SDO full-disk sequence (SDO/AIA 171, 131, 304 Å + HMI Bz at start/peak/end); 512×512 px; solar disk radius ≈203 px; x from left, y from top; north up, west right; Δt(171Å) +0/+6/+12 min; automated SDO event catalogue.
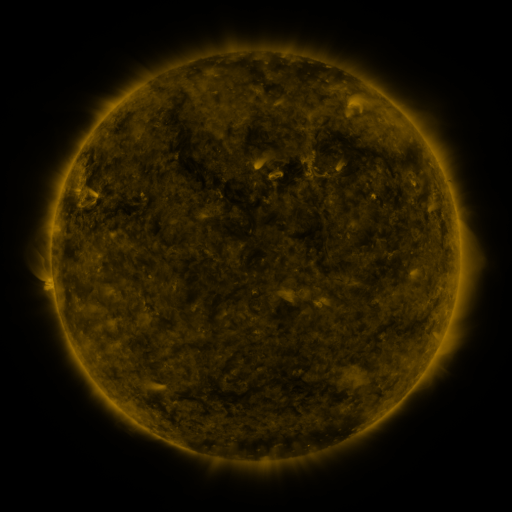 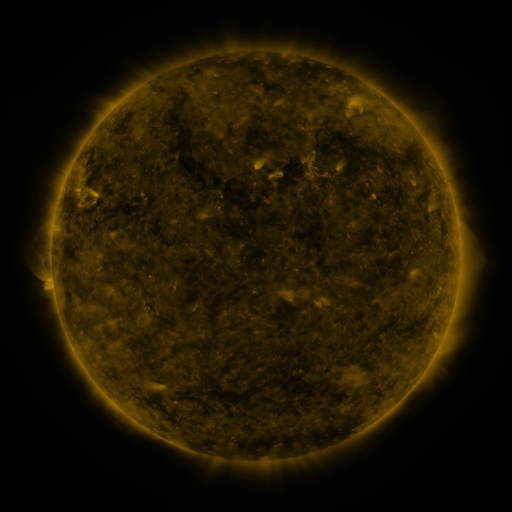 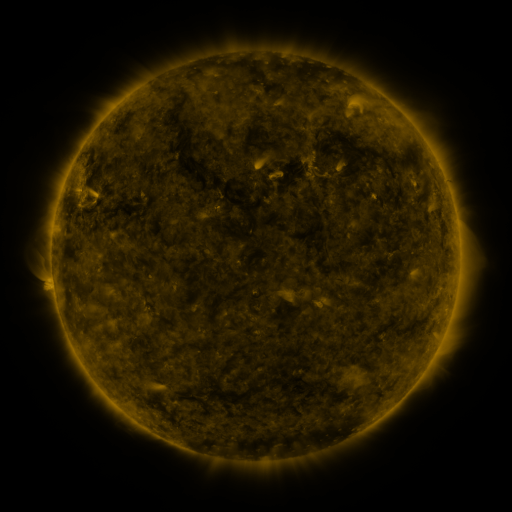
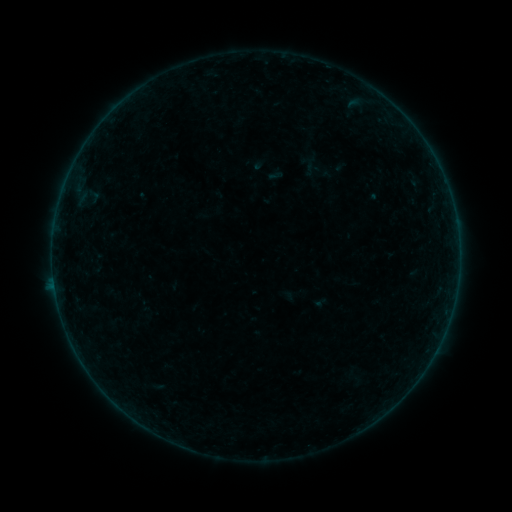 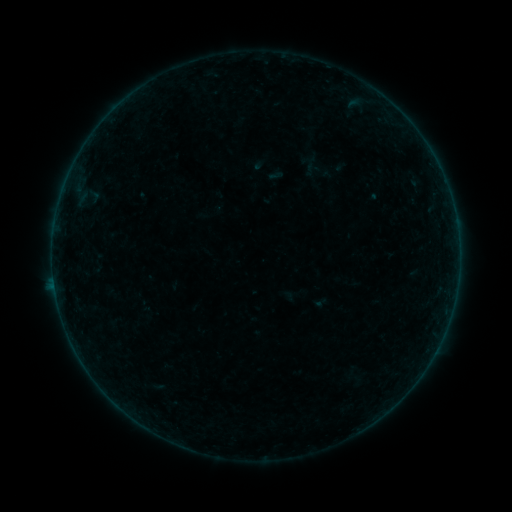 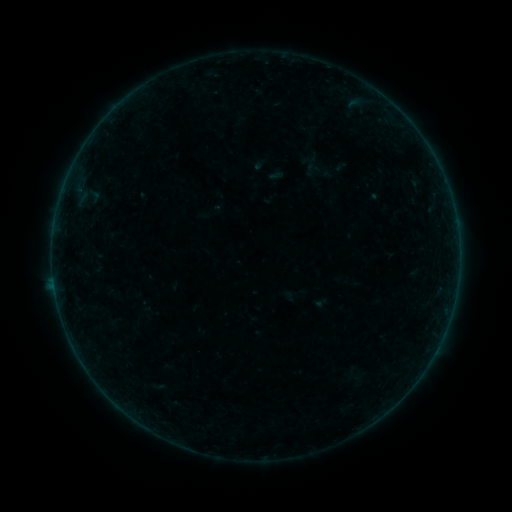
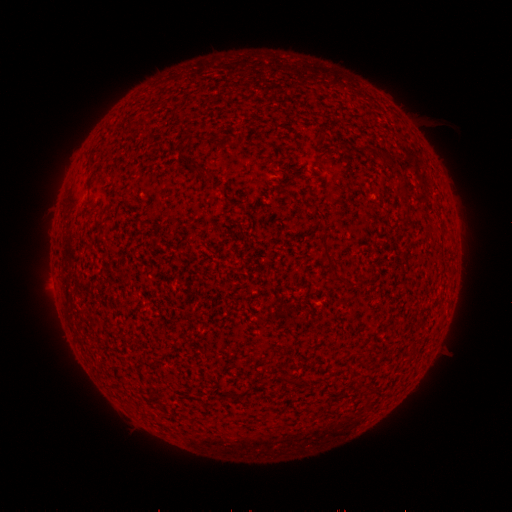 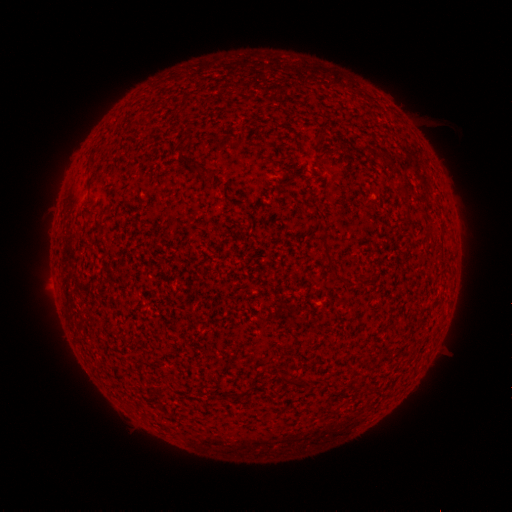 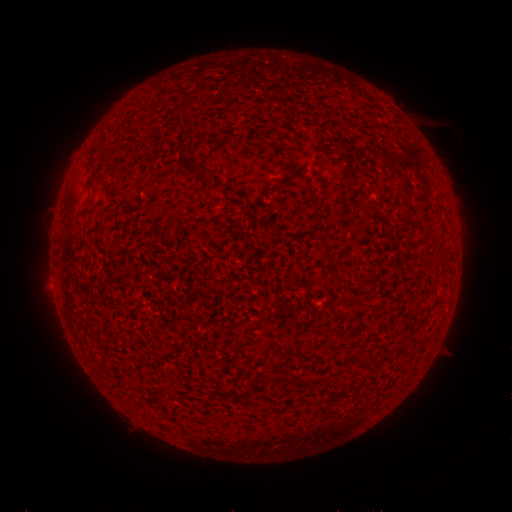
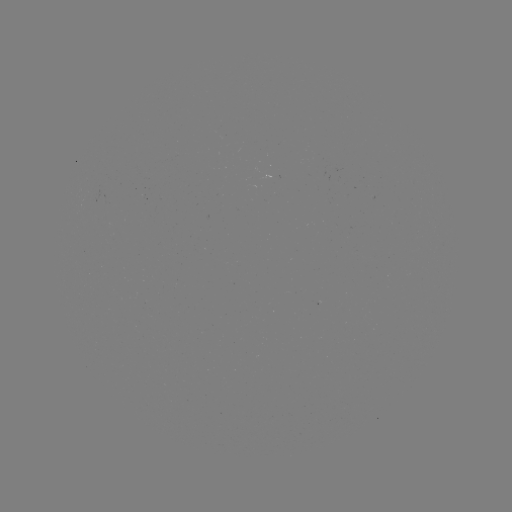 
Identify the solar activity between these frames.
B1.9 flare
